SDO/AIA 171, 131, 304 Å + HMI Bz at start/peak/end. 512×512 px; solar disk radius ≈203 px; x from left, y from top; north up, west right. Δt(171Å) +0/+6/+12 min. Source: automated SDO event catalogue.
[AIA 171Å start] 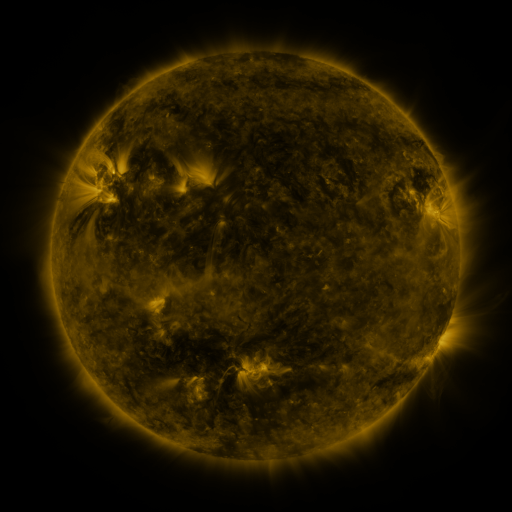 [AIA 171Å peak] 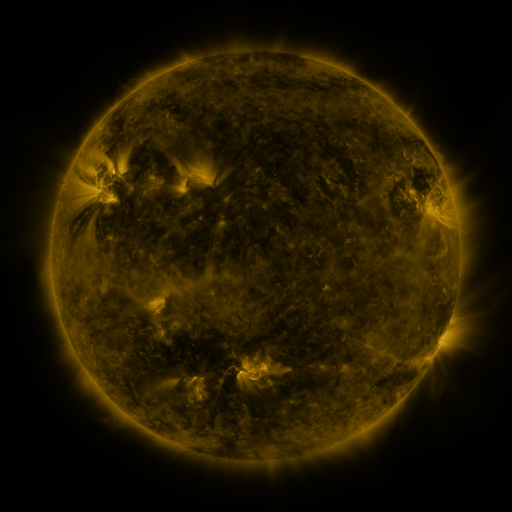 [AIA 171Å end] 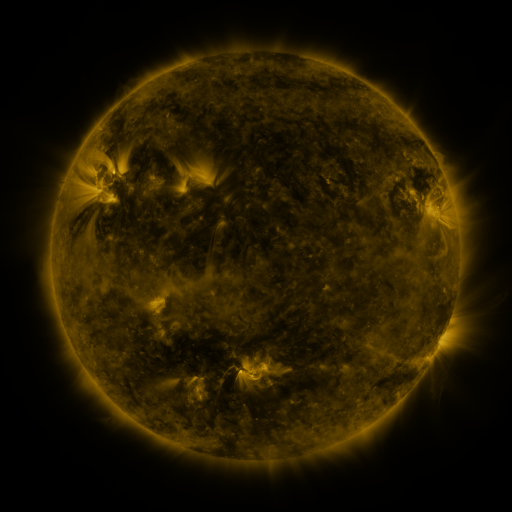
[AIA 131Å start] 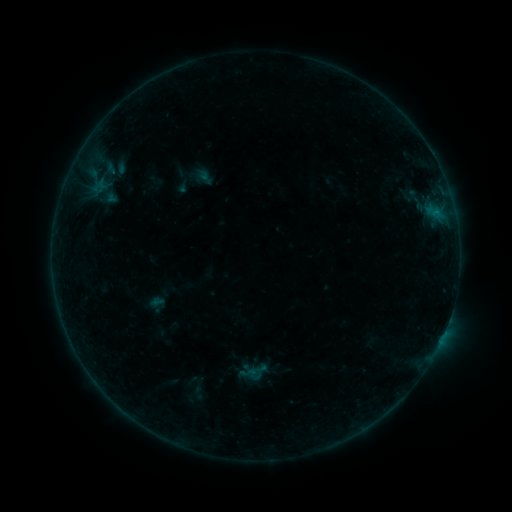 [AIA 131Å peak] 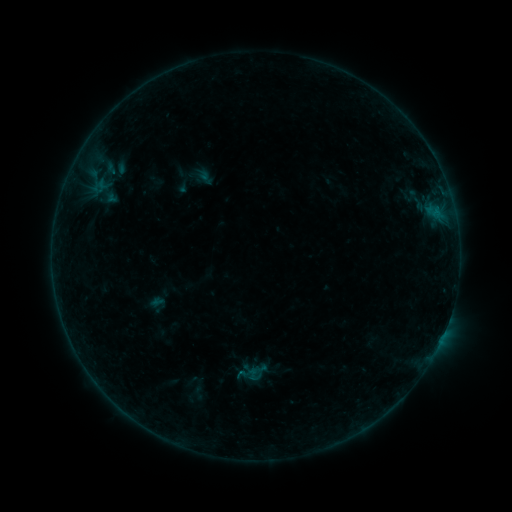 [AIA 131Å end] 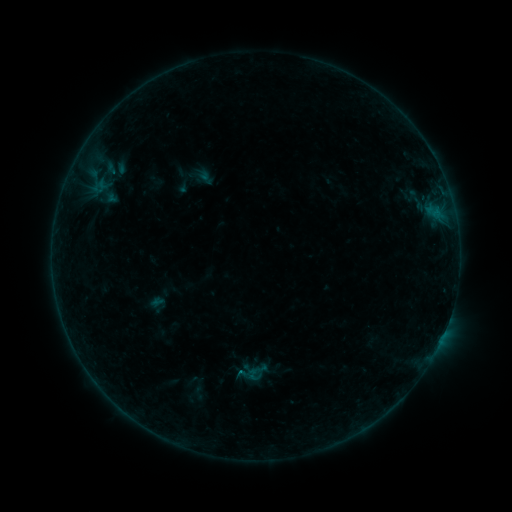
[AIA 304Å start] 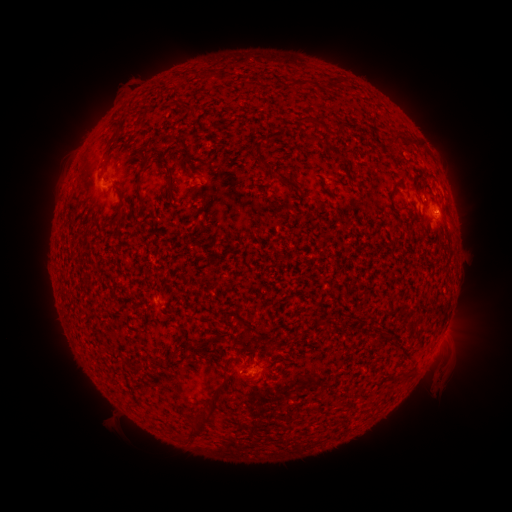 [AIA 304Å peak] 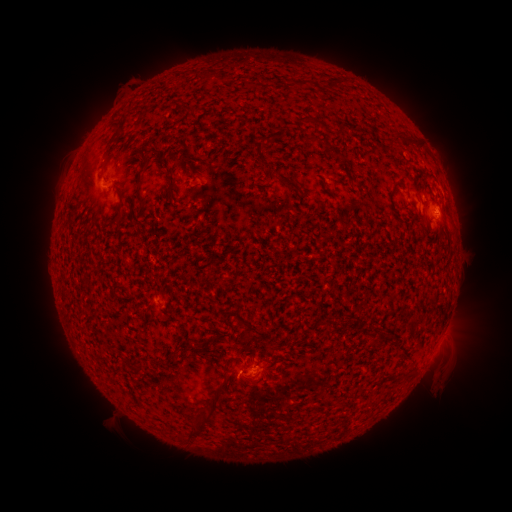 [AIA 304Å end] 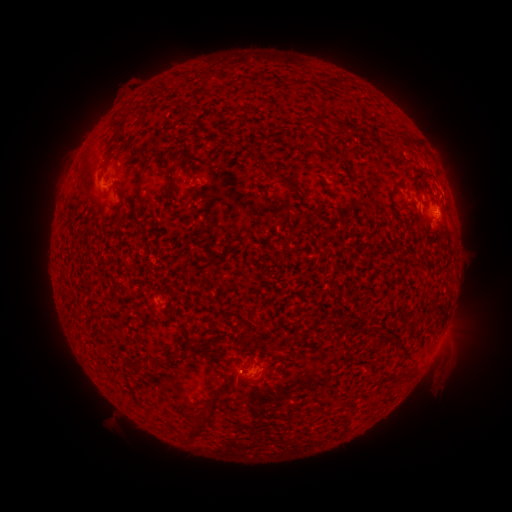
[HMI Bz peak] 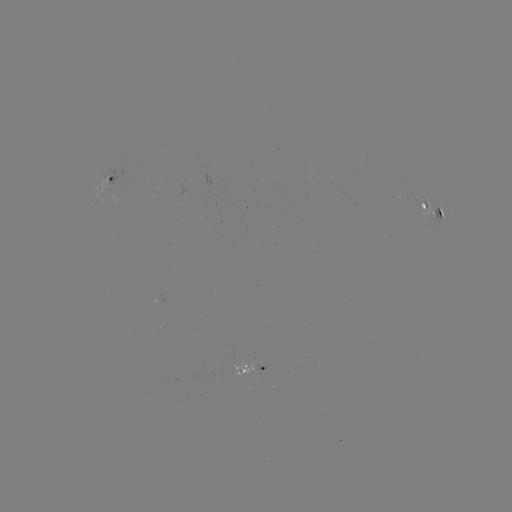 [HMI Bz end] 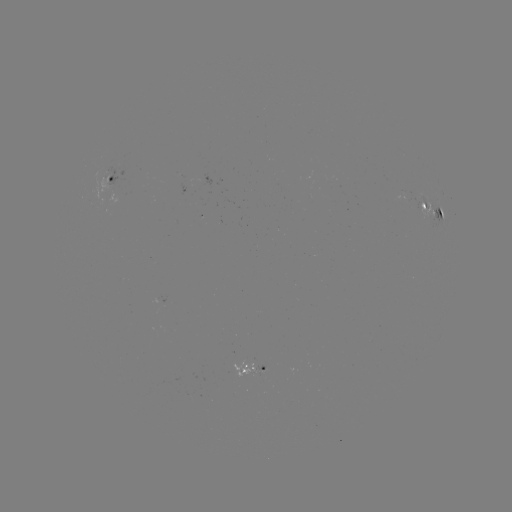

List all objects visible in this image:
B3.3 flare: (240, 371)
